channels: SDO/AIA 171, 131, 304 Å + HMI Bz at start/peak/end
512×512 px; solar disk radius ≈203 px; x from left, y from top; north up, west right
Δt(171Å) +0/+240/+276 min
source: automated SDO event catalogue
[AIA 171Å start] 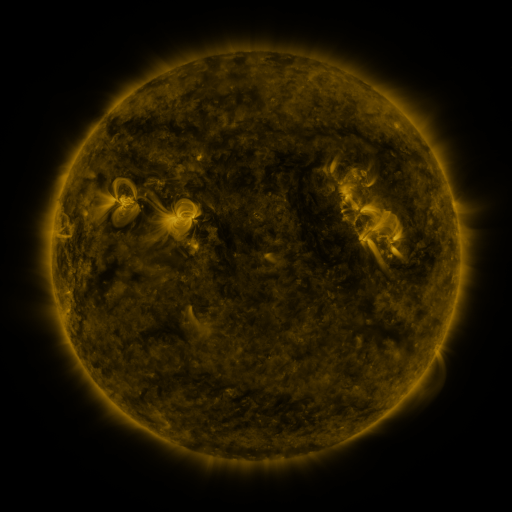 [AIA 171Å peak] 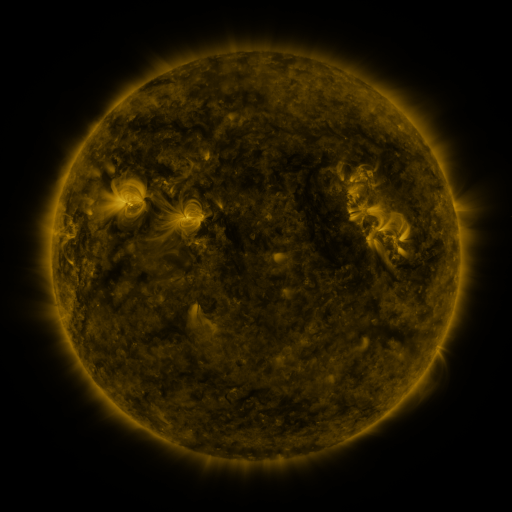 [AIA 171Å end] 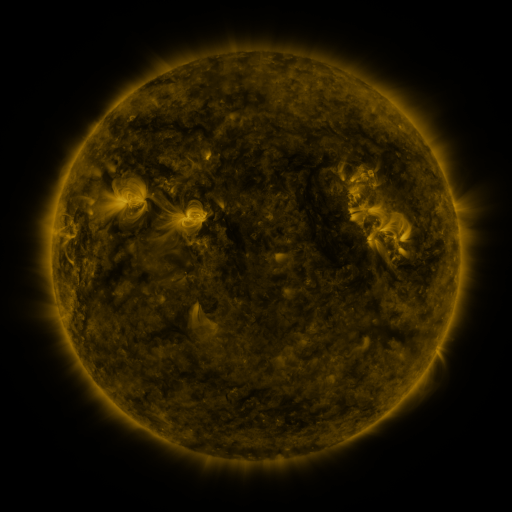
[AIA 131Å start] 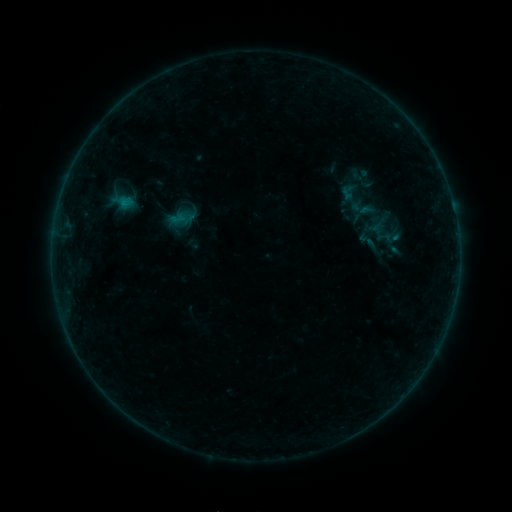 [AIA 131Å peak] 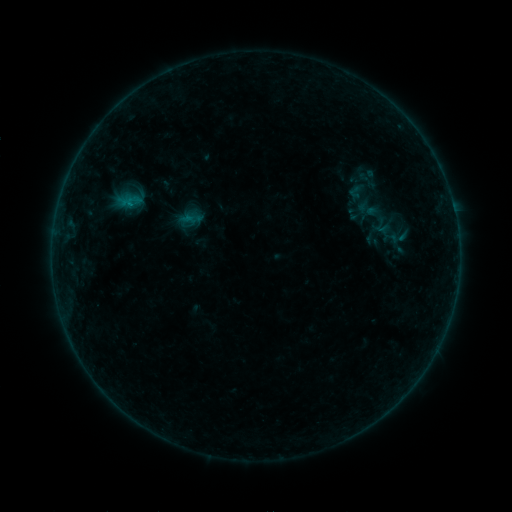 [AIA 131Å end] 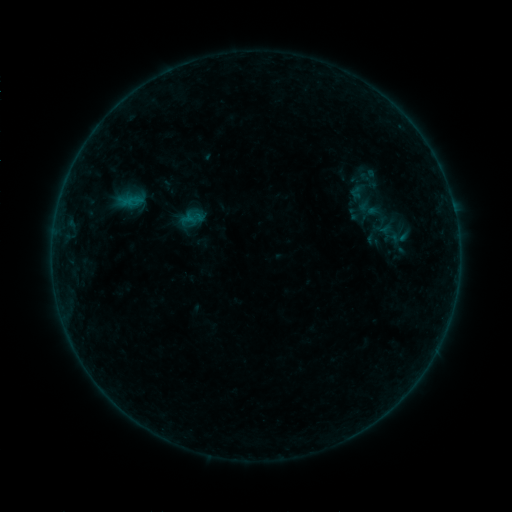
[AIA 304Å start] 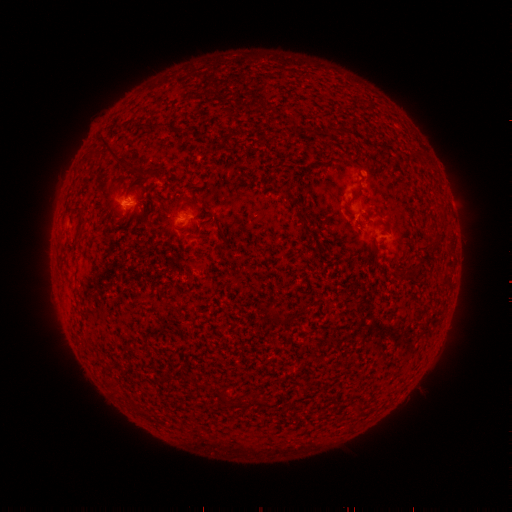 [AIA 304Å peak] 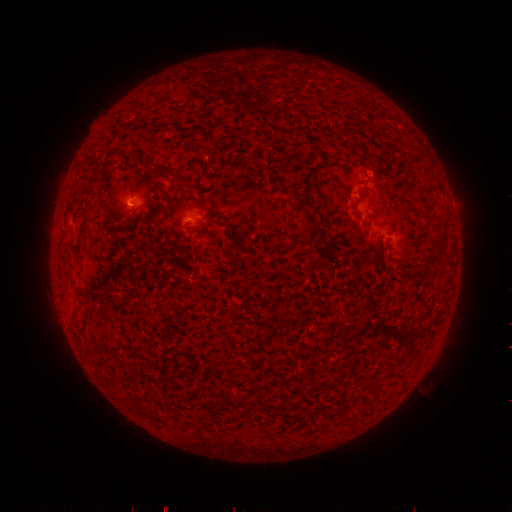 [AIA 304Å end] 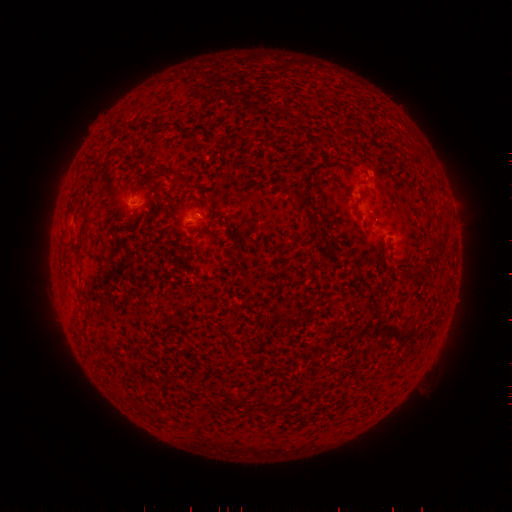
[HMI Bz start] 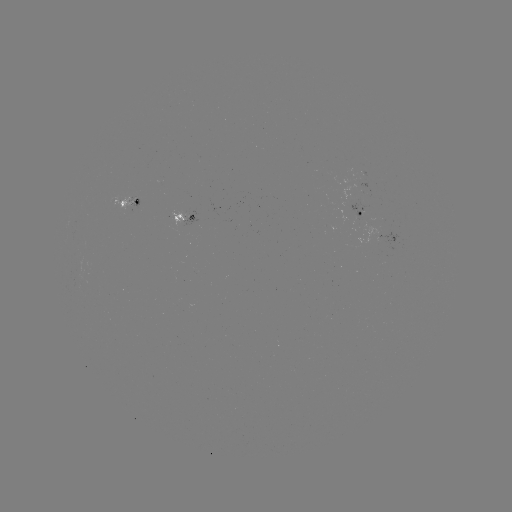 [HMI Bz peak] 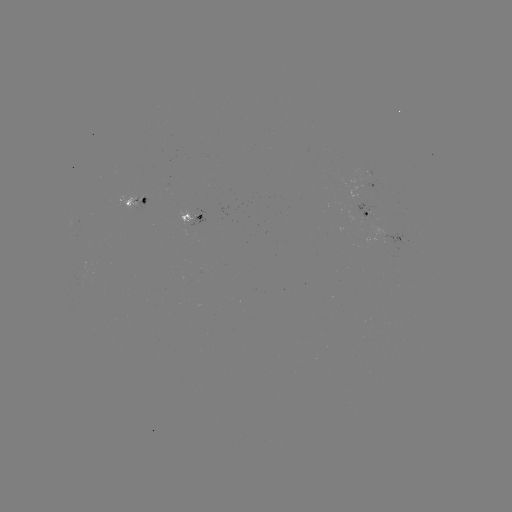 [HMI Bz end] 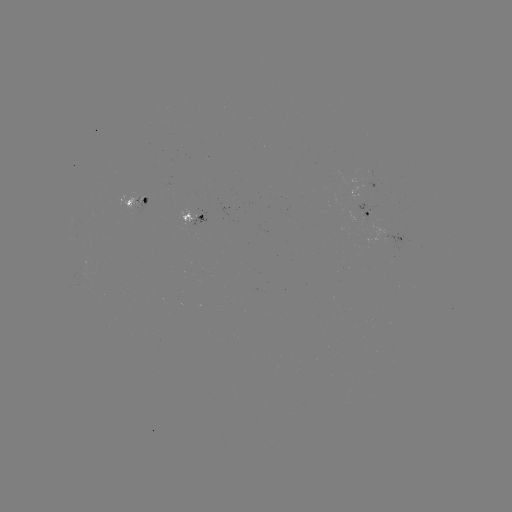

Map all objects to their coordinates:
emerging-flux region: (132, 207)
